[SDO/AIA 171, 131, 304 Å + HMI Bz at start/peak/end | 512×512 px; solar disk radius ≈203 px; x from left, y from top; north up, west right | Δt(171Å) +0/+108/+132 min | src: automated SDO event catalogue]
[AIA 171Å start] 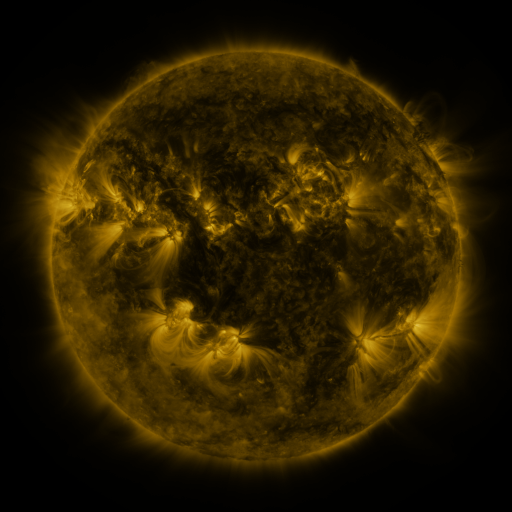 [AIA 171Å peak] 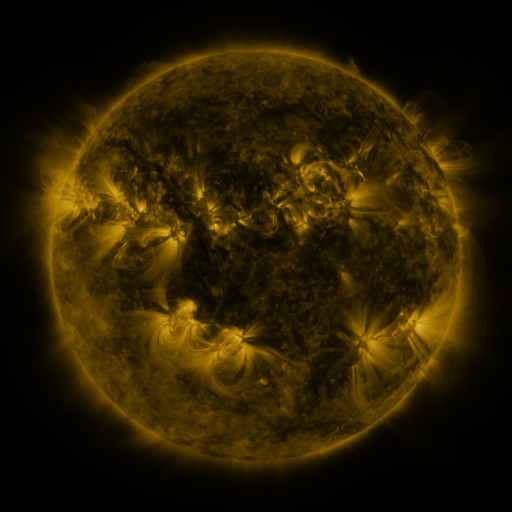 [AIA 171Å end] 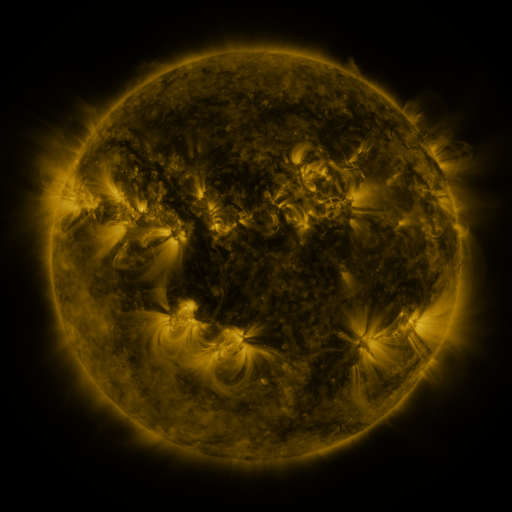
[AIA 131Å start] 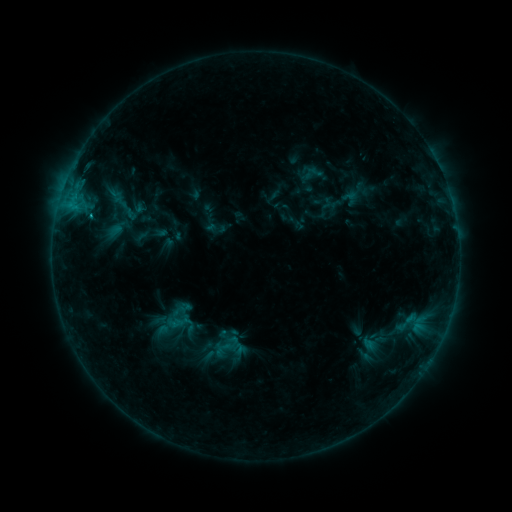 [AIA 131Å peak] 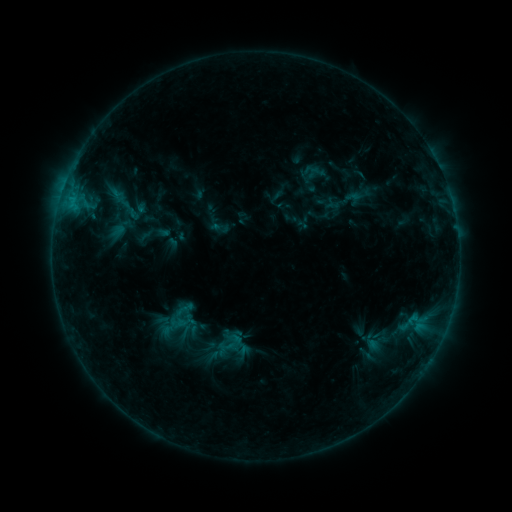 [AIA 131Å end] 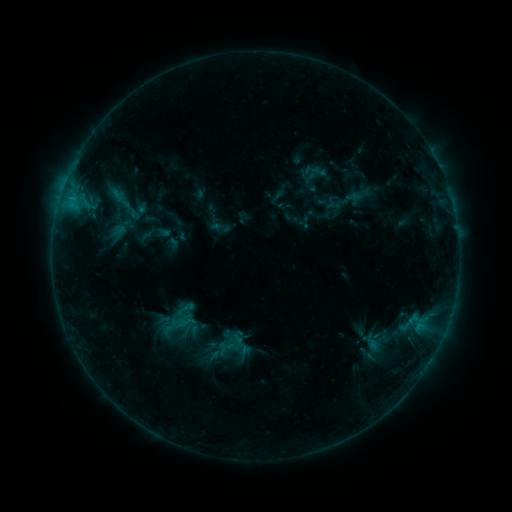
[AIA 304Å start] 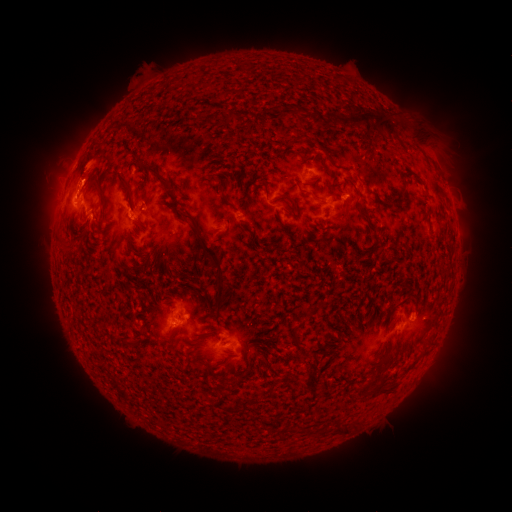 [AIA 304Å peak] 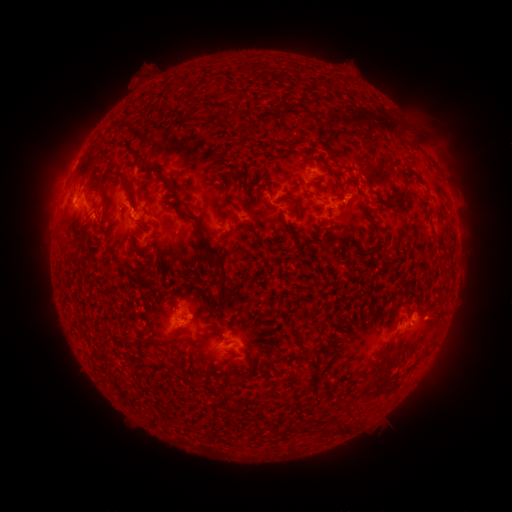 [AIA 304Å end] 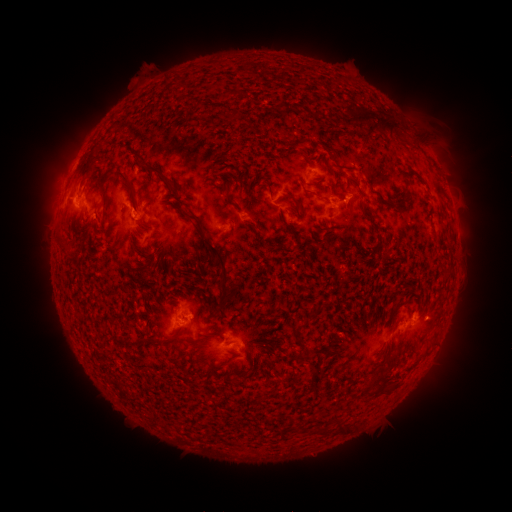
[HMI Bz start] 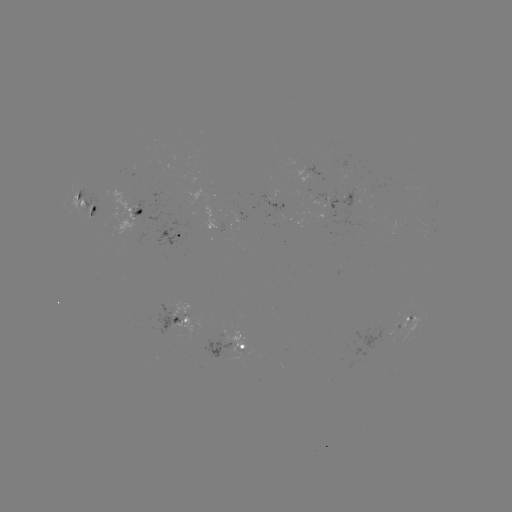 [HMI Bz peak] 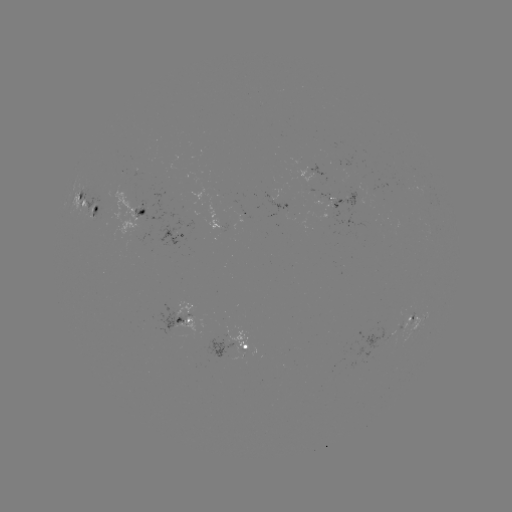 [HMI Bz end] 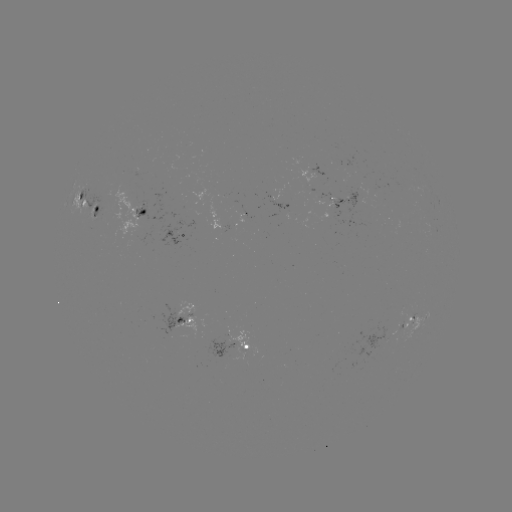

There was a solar emerging-flux region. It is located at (336, 203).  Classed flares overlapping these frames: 1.